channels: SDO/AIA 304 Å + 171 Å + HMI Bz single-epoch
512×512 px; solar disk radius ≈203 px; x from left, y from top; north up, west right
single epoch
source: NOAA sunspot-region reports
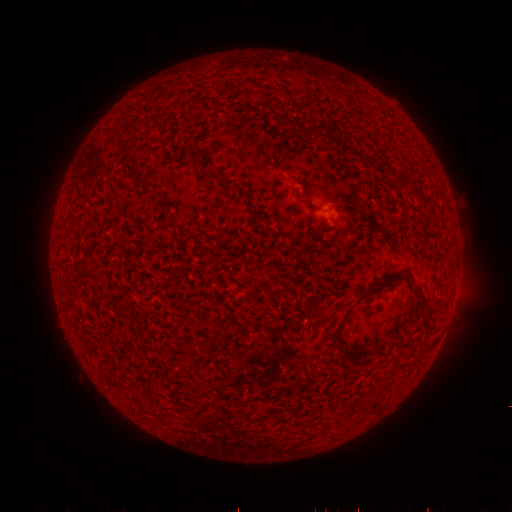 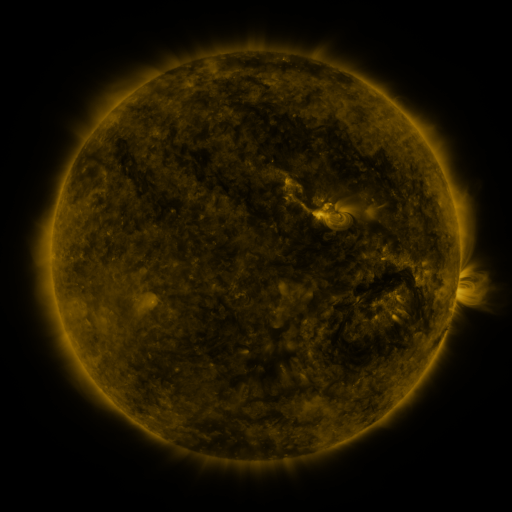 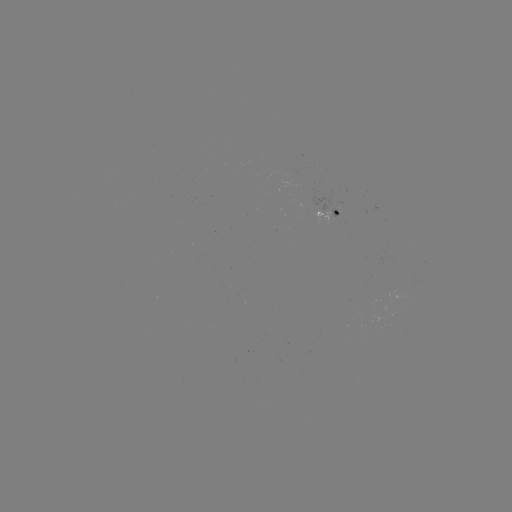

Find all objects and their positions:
(none)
